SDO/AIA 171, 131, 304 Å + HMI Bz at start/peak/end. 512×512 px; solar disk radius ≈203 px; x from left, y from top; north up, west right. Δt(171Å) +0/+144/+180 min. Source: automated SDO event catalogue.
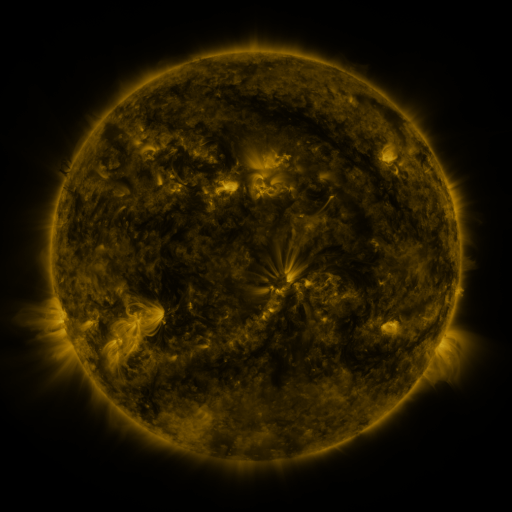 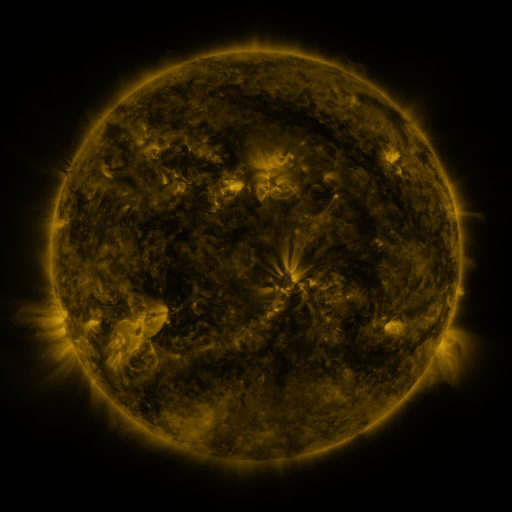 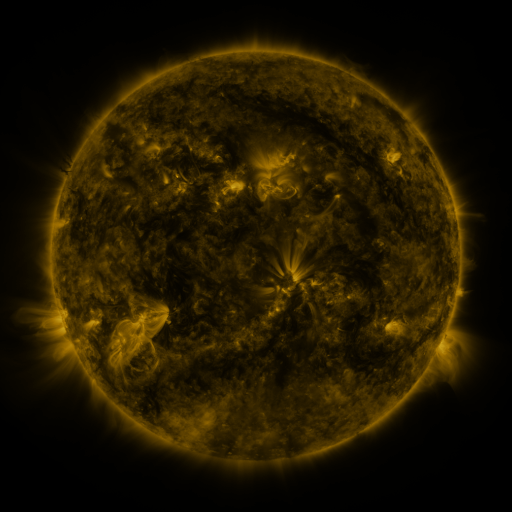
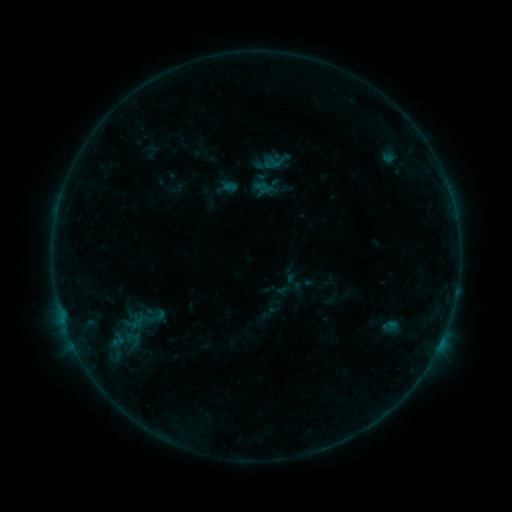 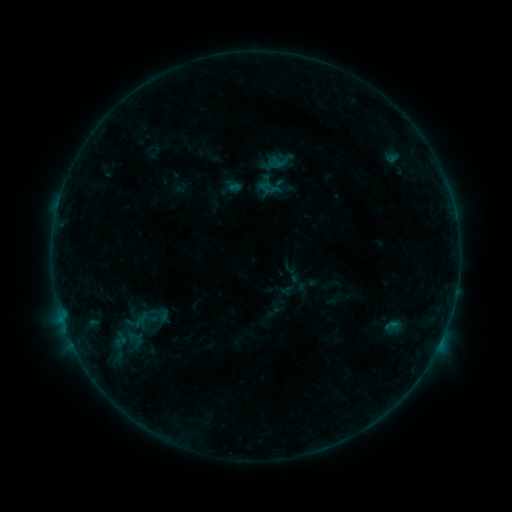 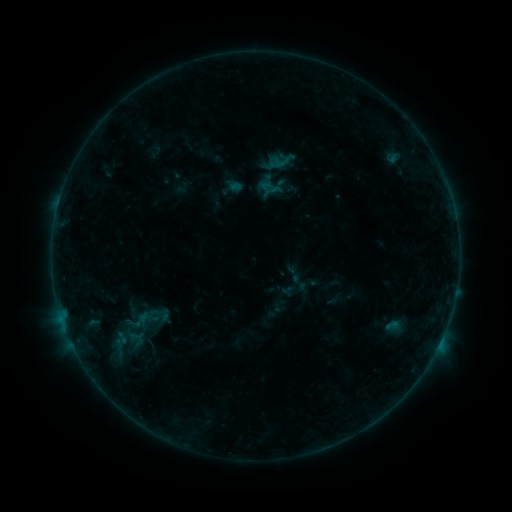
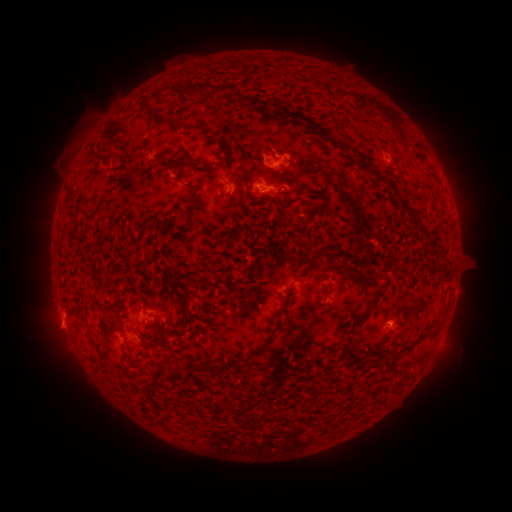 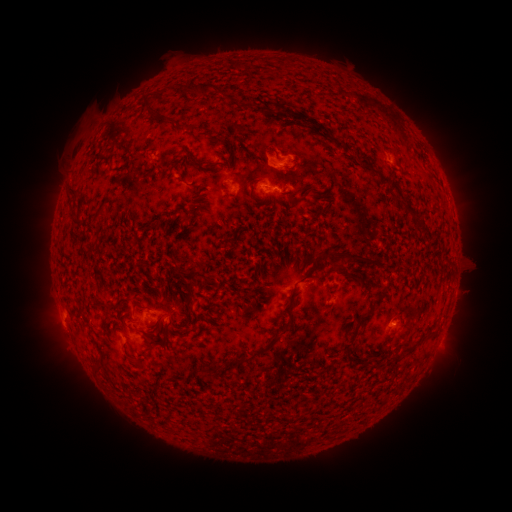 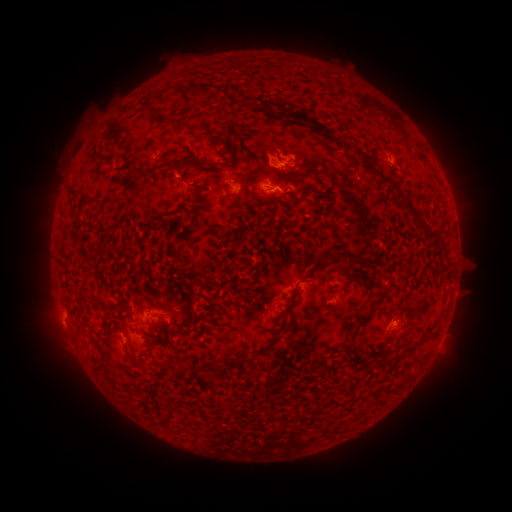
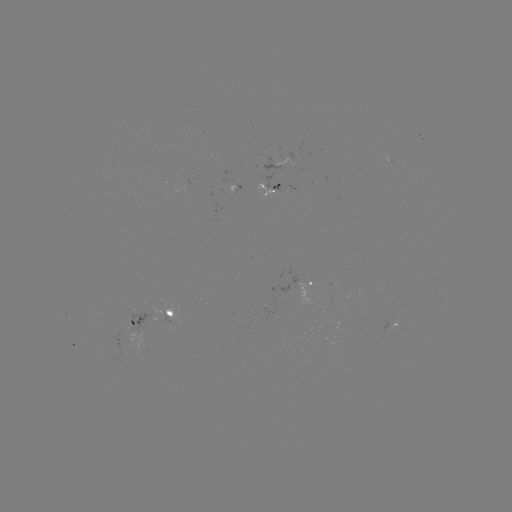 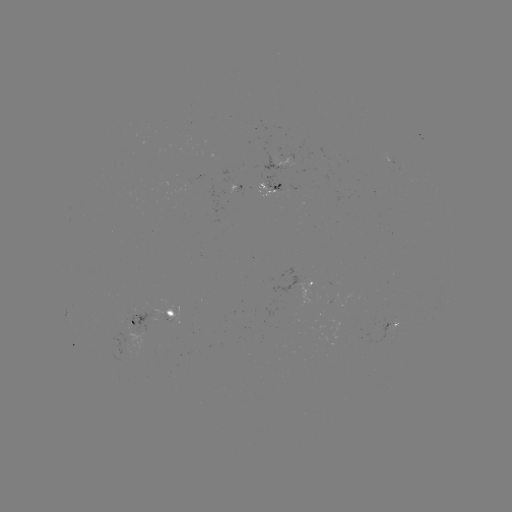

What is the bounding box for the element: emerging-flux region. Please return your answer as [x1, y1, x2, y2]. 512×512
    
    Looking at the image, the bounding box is [327, 294, 337, 303].